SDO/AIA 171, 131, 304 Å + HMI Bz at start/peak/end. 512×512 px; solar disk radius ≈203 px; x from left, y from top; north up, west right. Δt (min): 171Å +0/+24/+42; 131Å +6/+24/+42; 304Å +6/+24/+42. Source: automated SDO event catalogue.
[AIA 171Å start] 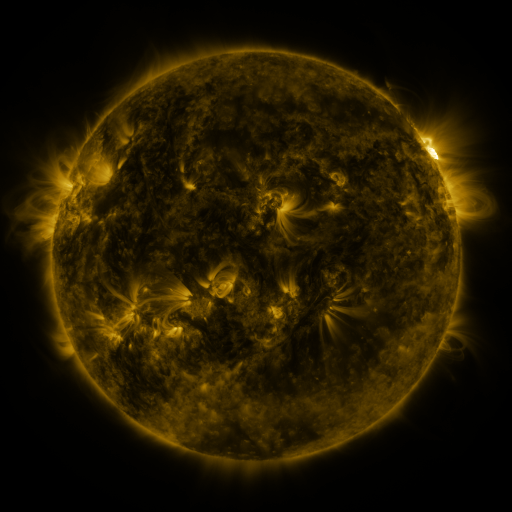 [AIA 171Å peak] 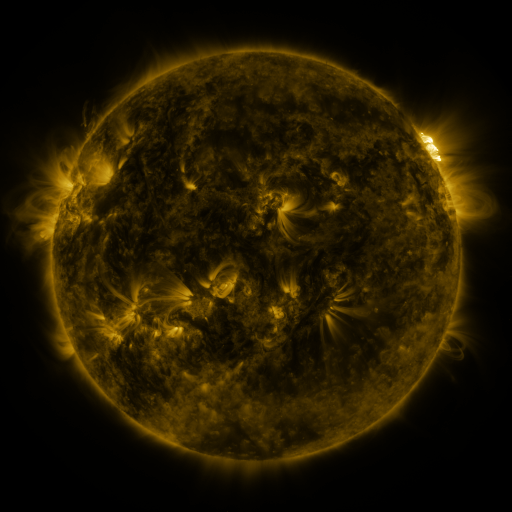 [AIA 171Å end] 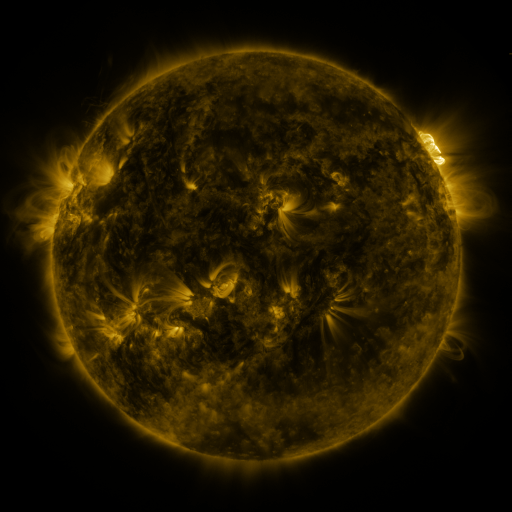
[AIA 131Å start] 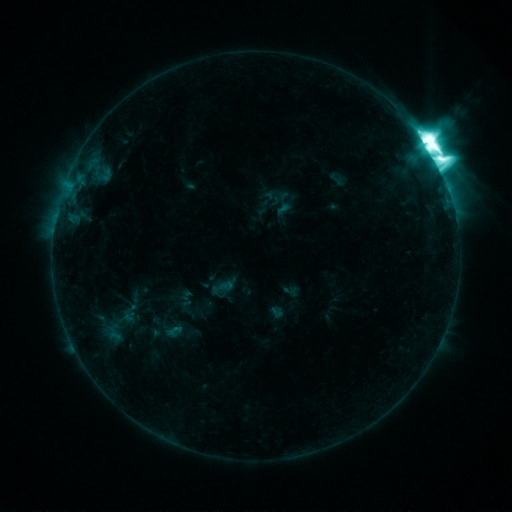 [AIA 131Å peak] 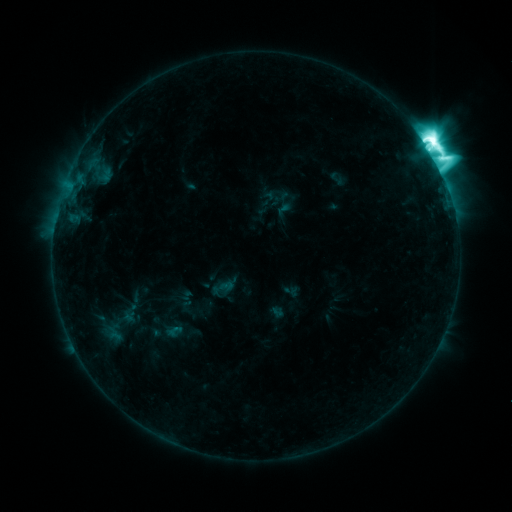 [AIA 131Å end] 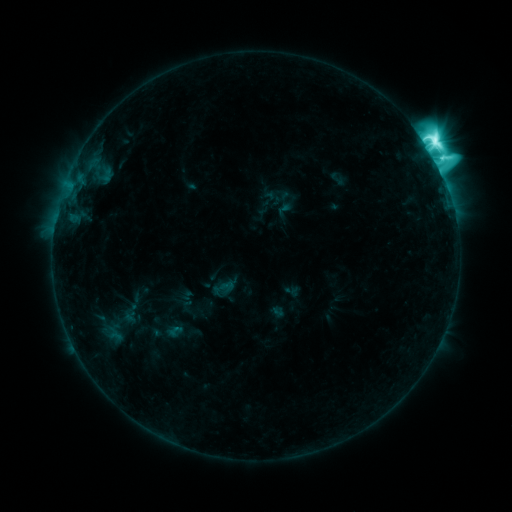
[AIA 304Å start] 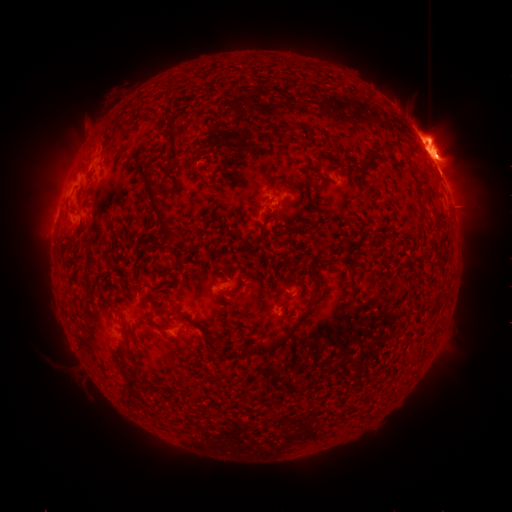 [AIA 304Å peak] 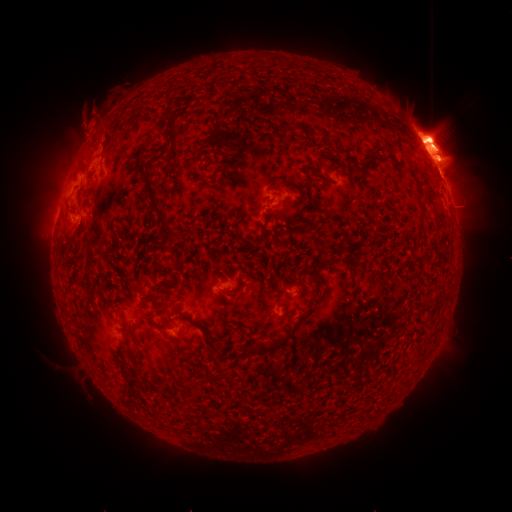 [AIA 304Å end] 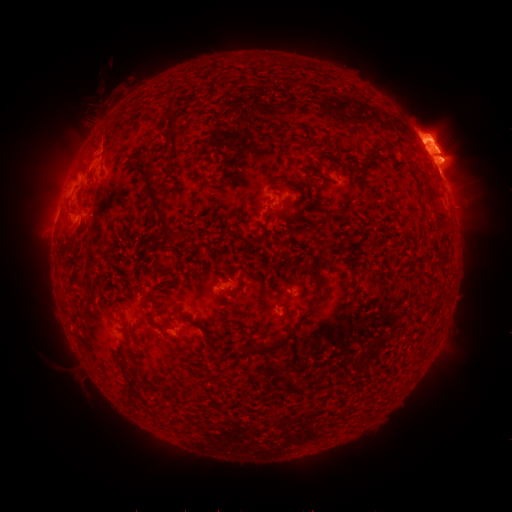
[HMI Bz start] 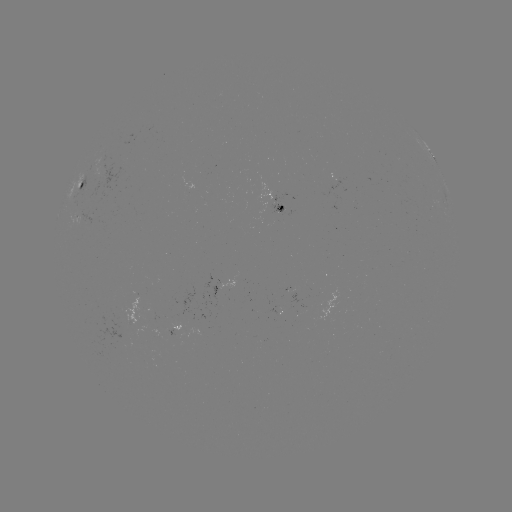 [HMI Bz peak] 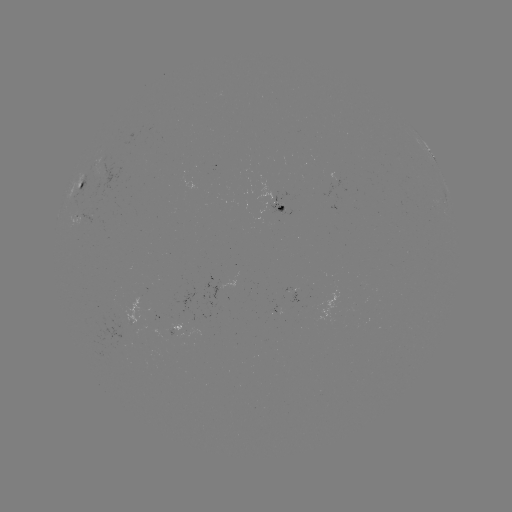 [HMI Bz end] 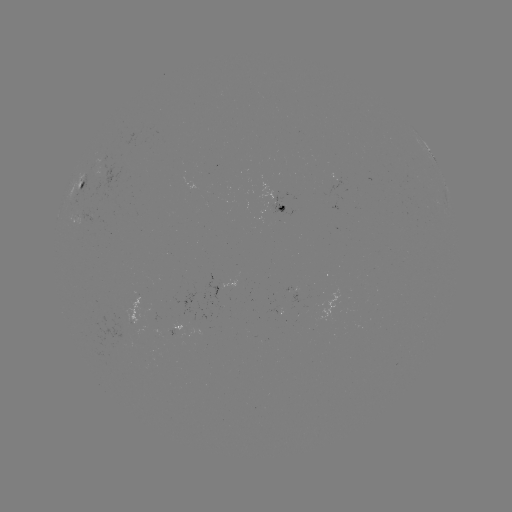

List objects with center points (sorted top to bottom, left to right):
eruption: (89, 121)
